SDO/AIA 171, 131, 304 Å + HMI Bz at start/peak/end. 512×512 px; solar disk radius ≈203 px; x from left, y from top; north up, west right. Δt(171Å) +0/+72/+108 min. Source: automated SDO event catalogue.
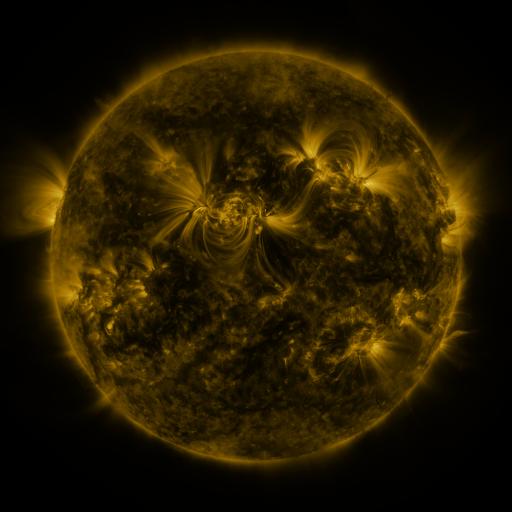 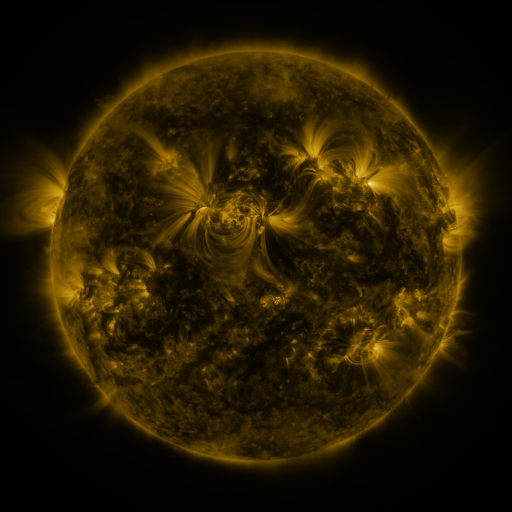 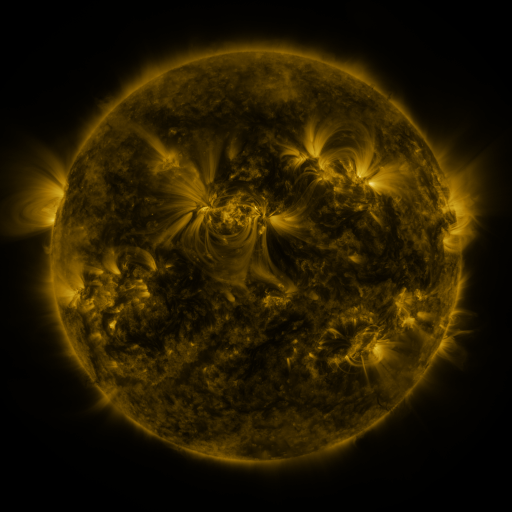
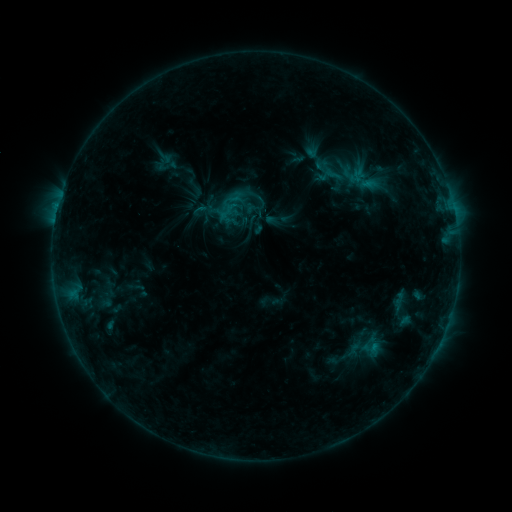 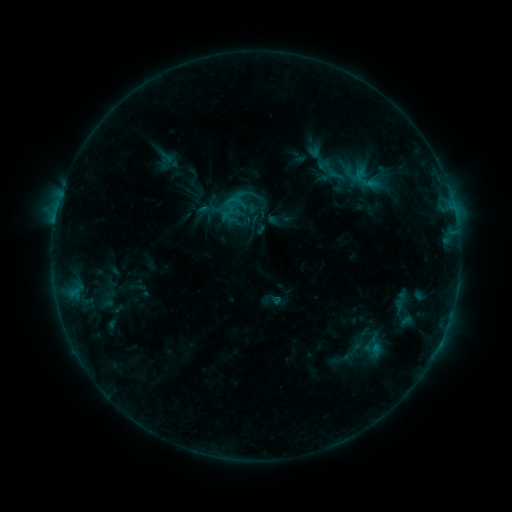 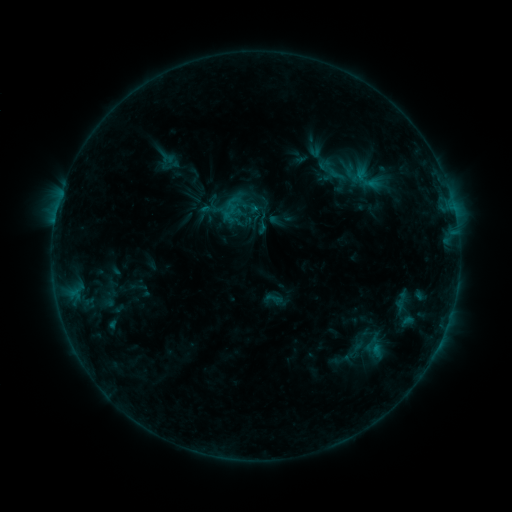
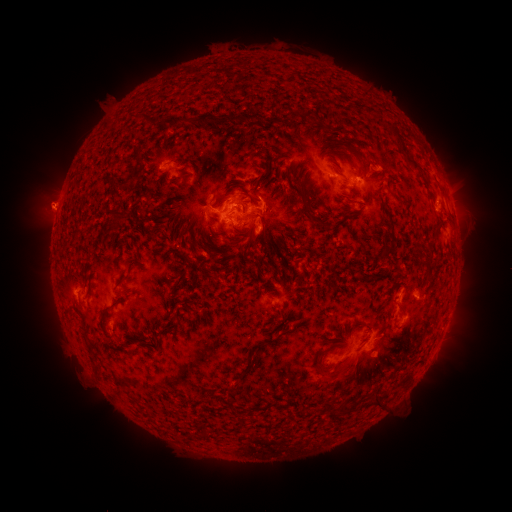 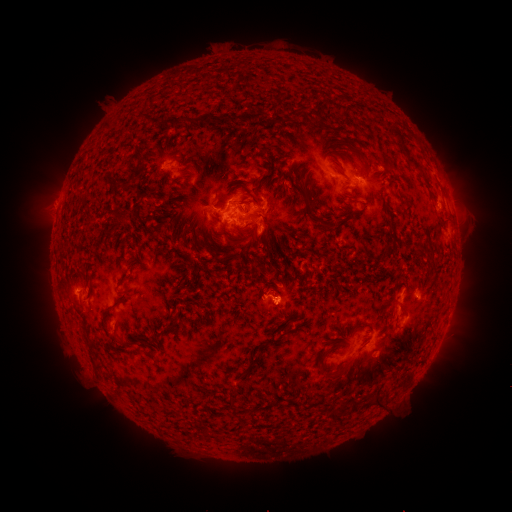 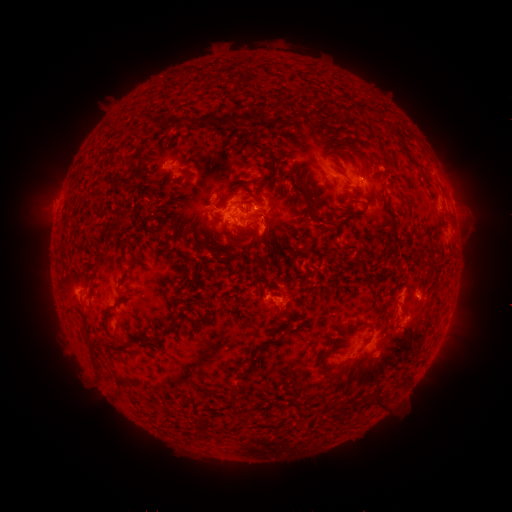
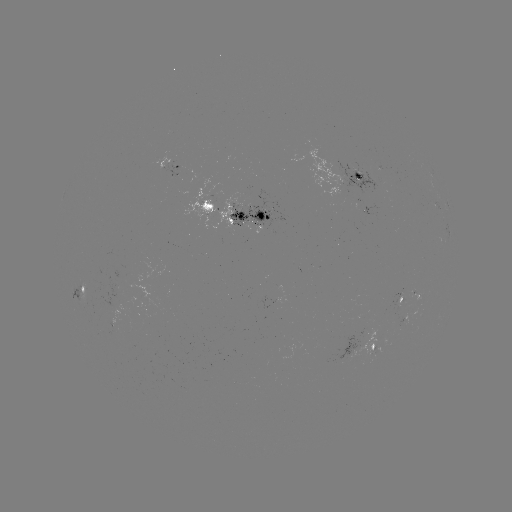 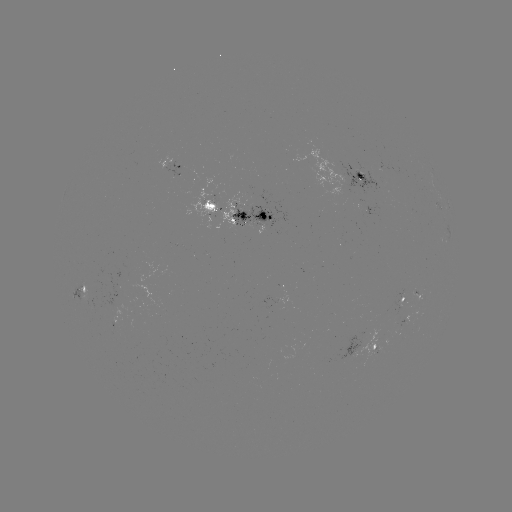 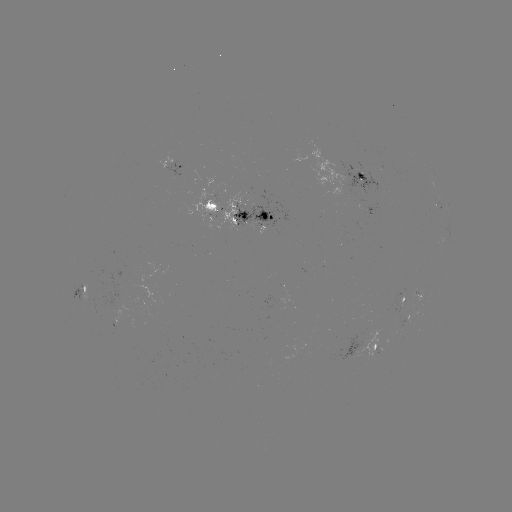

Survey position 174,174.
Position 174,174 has emerging-flux region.